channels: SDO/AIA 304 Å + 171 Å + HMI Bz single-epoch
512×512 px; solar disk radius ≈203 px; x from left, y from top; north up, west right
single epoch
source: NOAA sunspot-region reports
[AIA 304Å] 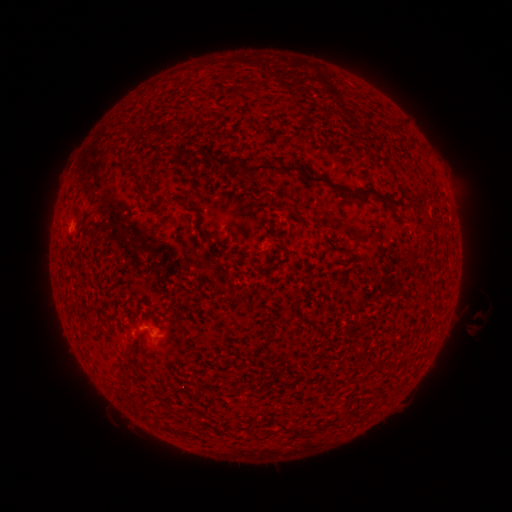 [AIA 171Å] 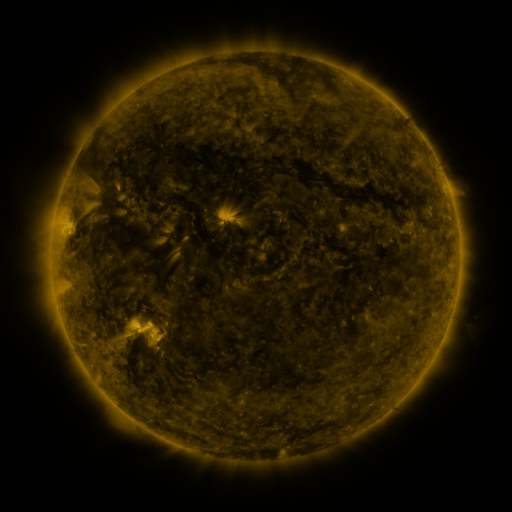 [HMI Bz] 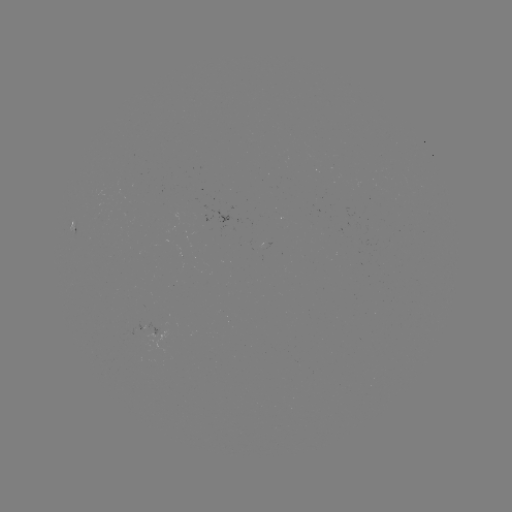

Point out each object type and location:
spotted active region: (73, 225)
